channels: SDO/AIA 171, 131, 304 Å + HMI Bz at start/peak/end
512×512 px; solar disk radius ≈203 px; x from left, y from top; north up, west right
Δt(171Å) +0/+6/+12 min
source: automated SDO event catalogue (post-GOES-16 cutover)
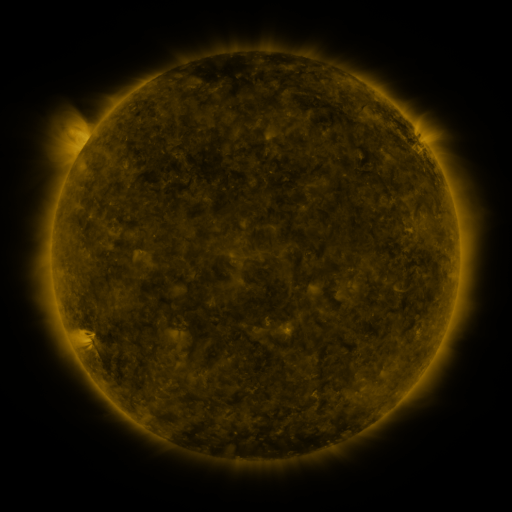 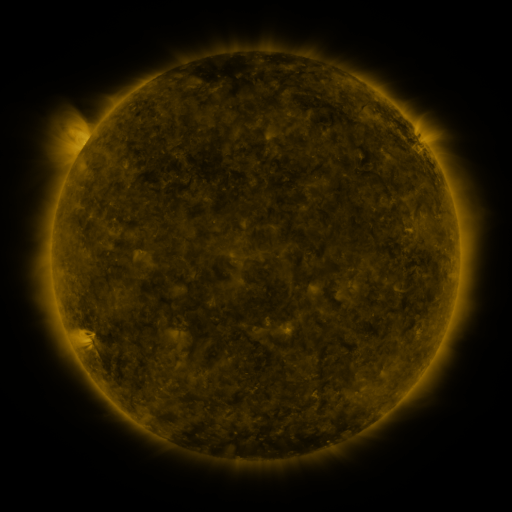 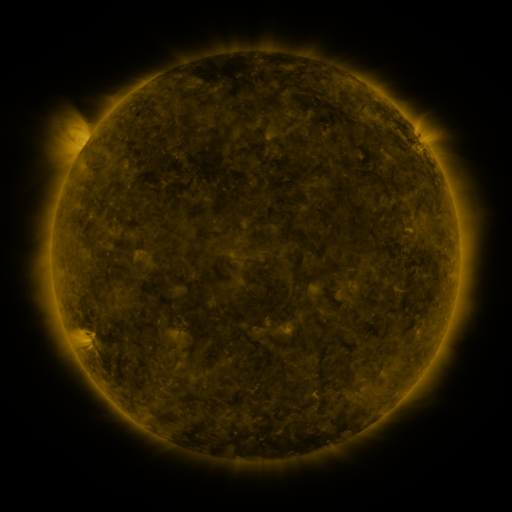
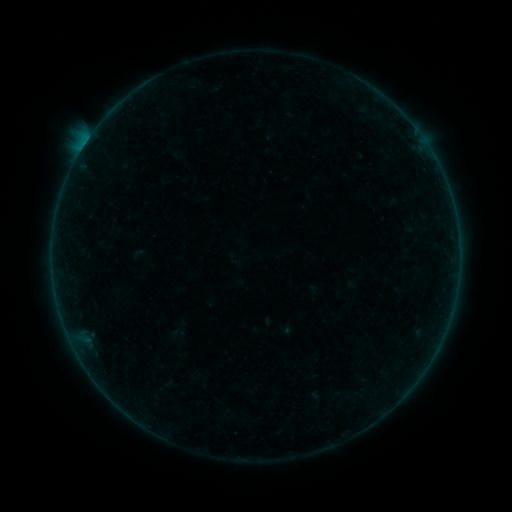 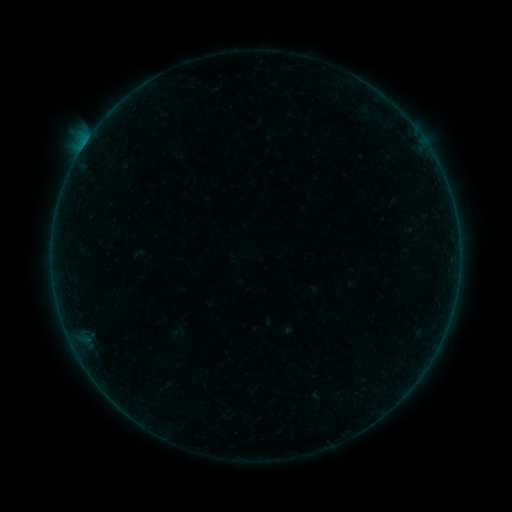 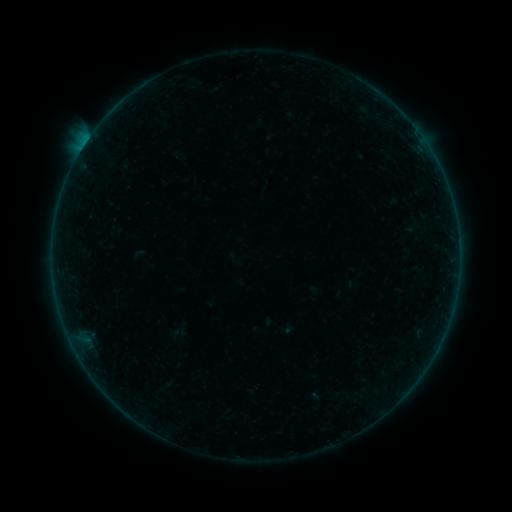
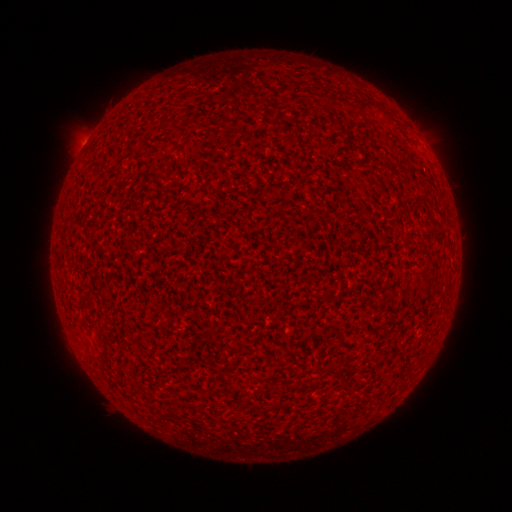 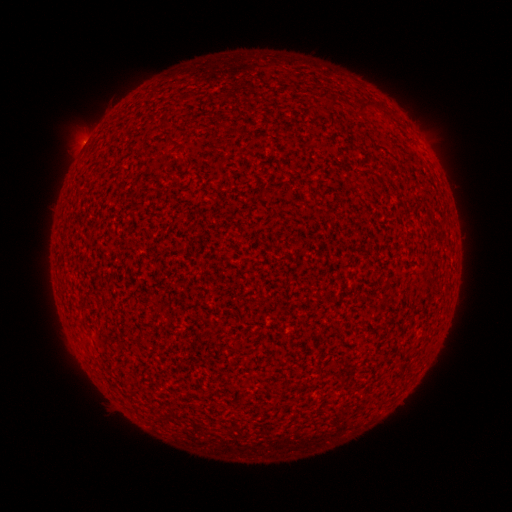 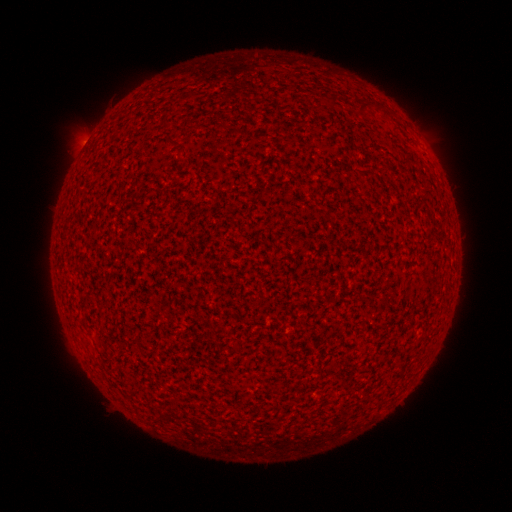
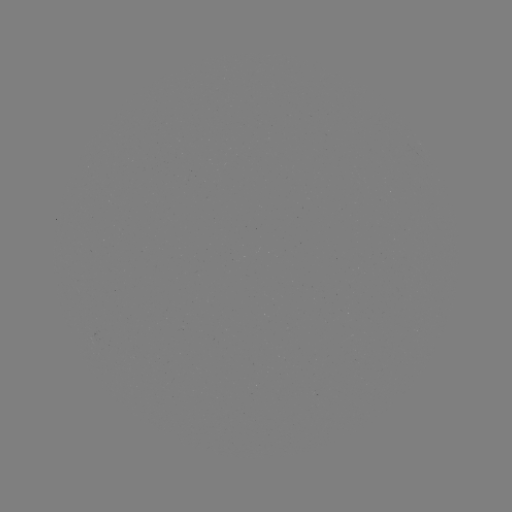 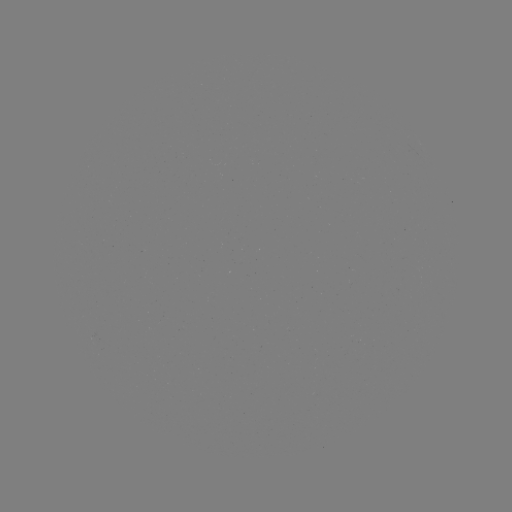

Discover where A8.7 flare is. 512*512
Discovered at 85,145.